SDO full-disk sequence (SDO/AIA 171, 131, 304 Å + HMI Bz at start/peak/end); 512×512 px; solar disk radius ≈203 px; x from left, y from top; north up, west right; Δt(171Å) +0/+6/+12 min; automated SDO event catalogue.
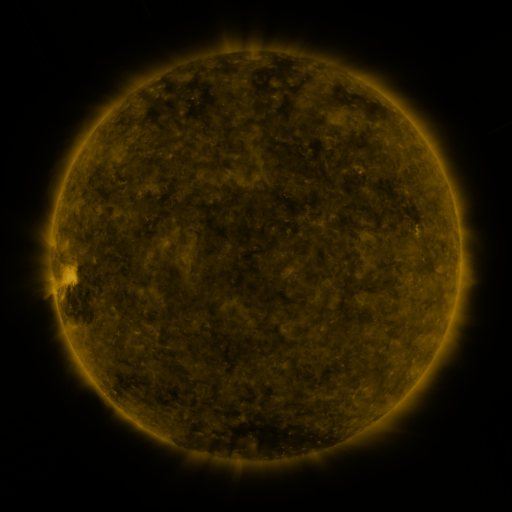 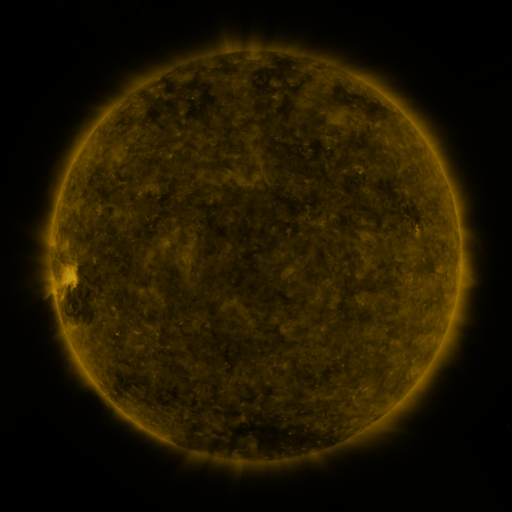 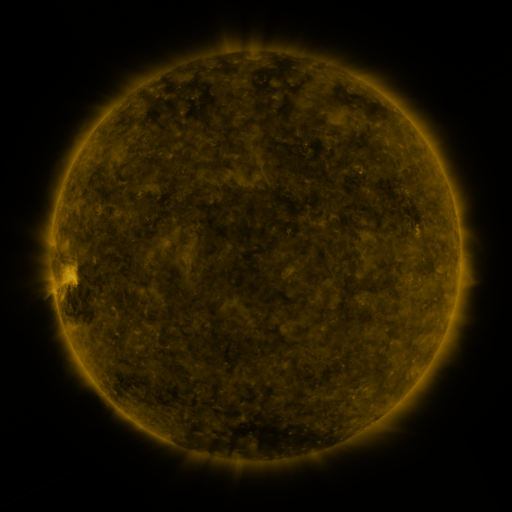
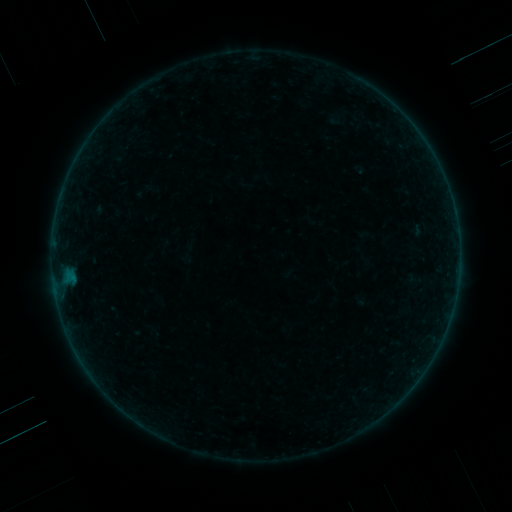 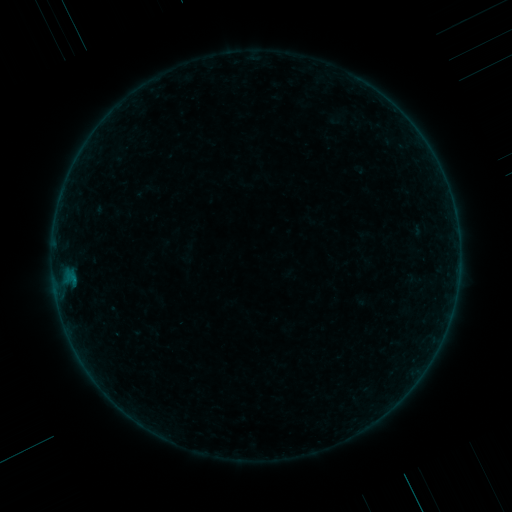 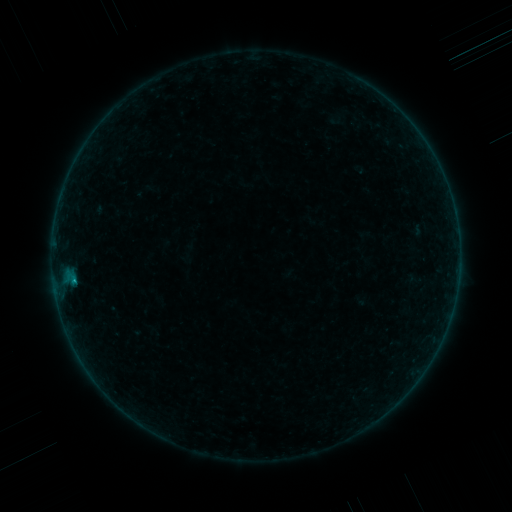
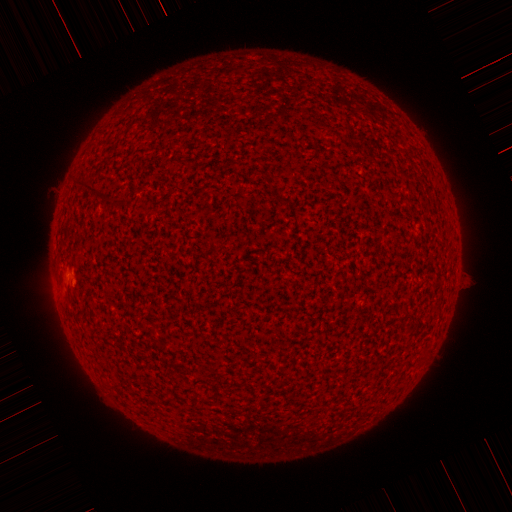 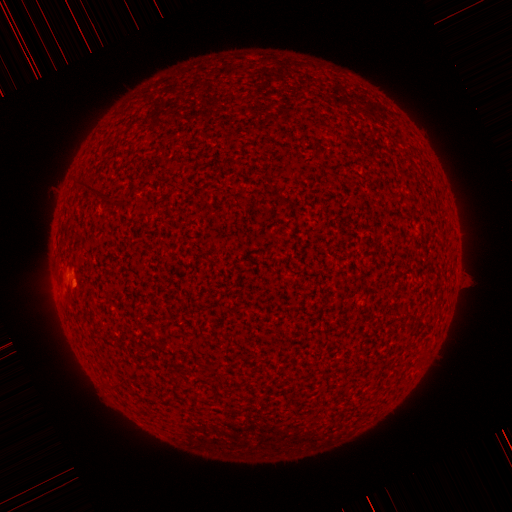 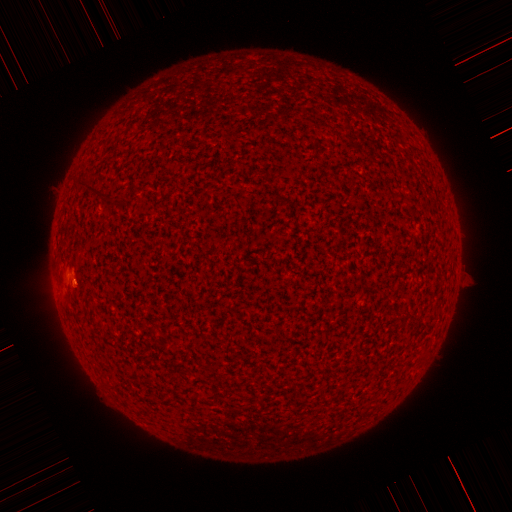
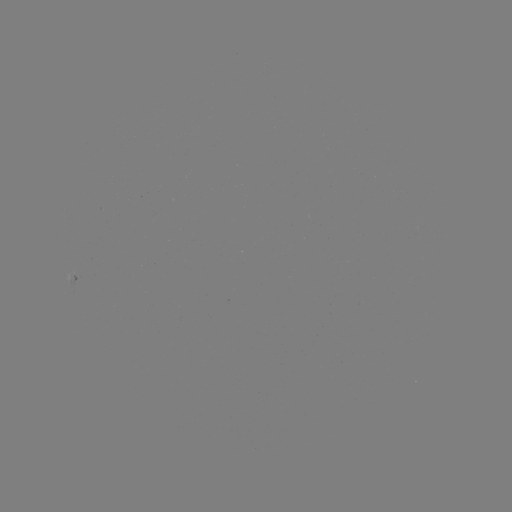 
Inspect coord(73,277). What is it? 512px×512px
B2.0 flare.